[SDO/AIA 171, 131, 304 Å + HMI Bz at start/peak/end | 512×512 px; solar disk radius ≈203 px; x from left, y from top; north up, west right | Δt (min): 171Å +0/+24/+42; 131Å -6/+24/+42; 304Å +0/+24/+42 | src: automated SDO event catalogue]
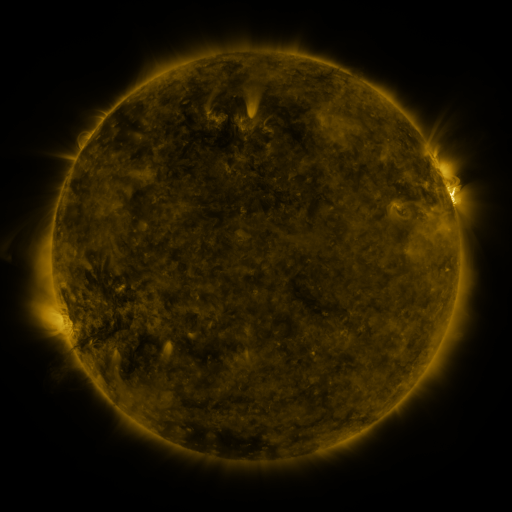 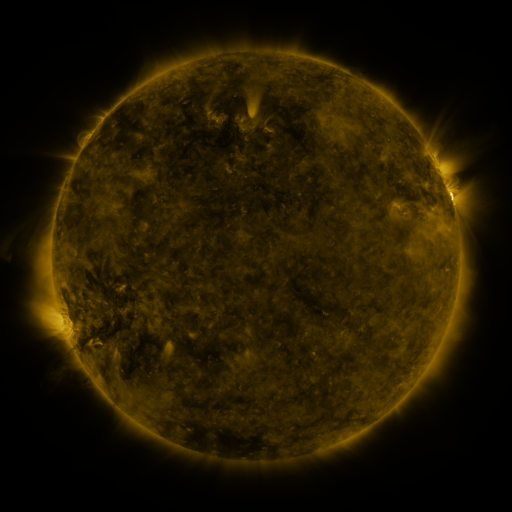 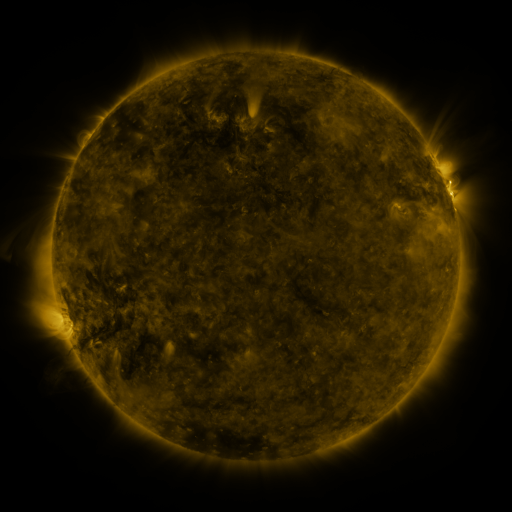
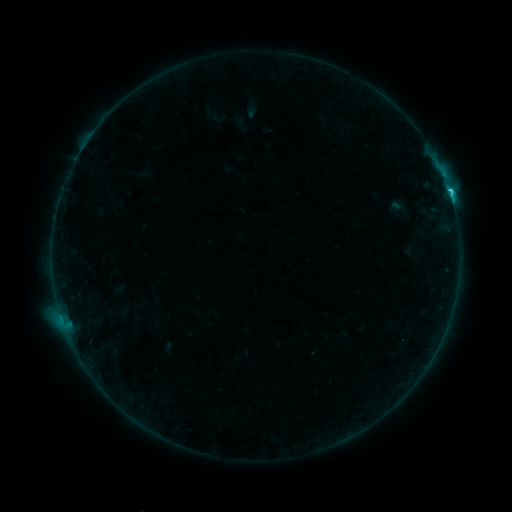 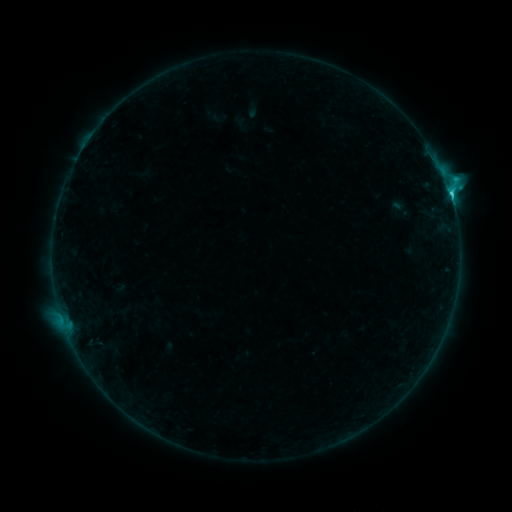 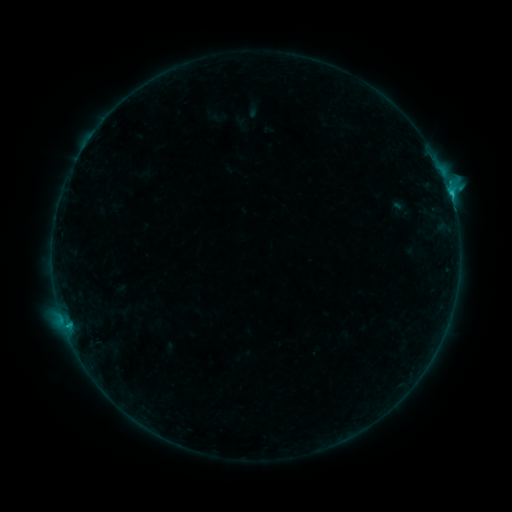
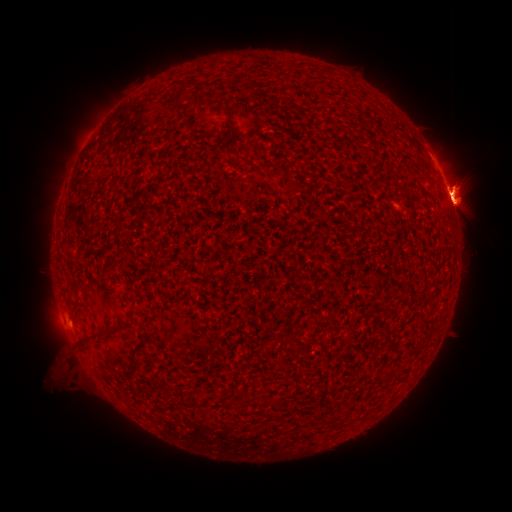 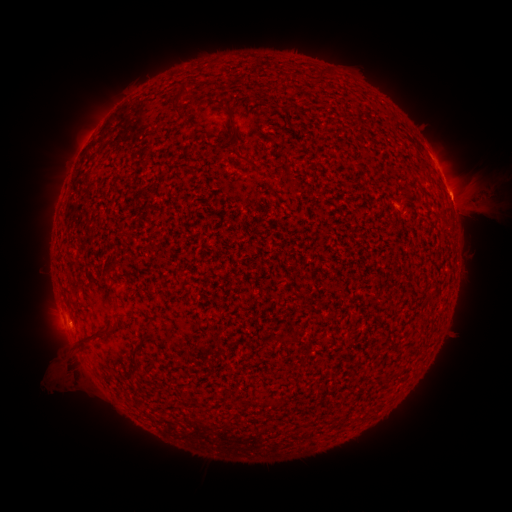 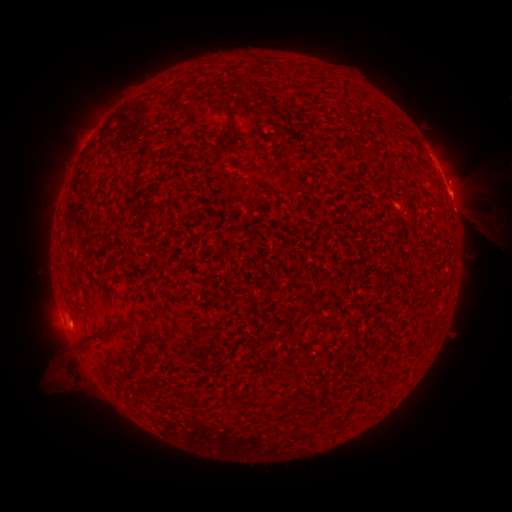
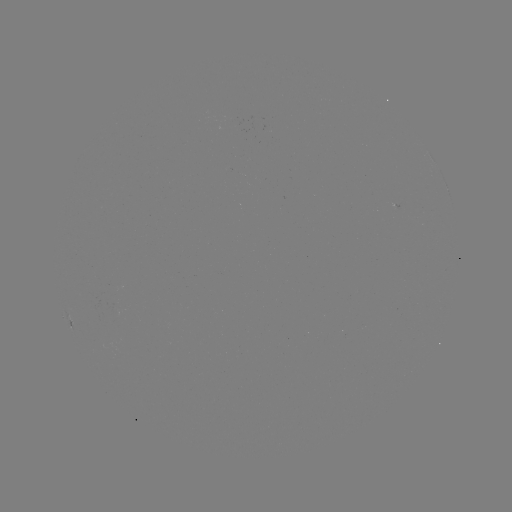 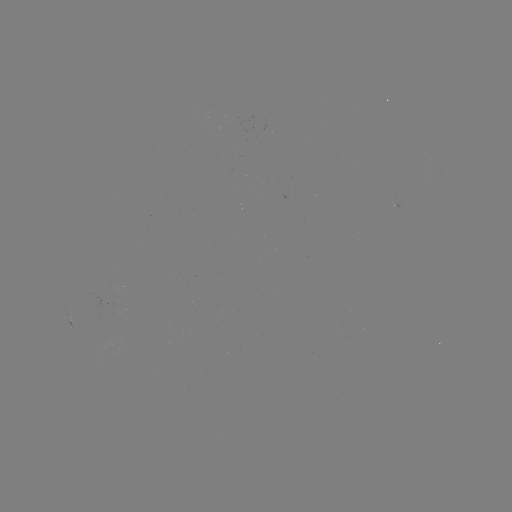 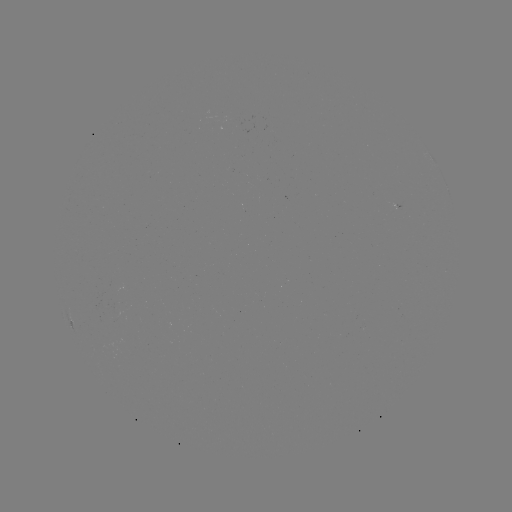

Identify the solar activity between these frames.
eruption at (482, 206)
